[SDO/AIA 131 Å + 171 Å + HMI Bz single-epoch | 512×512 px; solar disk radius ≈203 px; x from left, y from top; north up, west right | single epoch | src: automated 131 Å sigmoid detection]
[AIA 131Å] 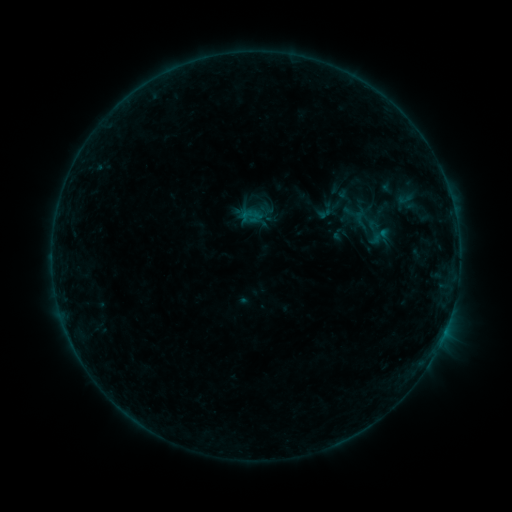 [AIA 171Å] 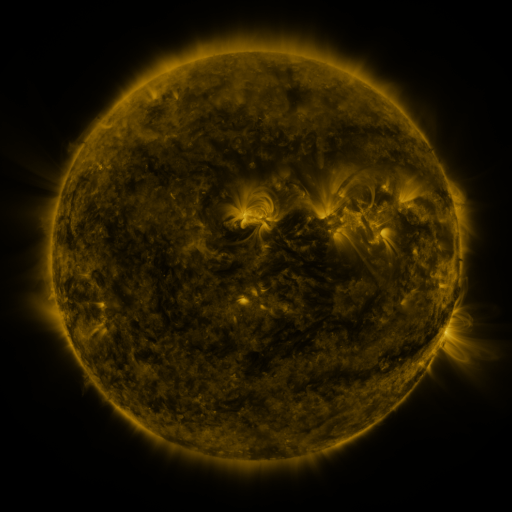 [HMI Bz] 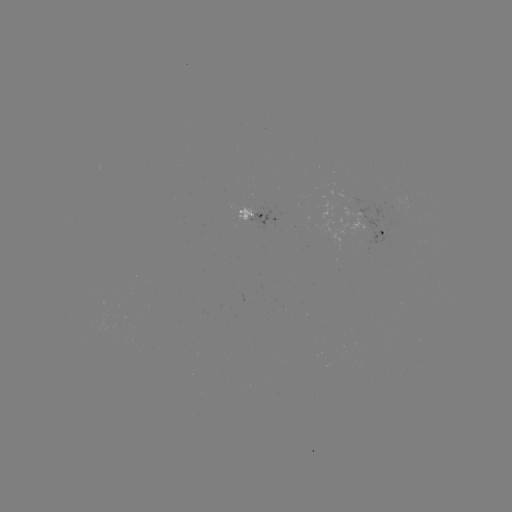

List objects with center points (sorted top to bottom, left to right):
sigmoid: (325, 199, 346, 216)
